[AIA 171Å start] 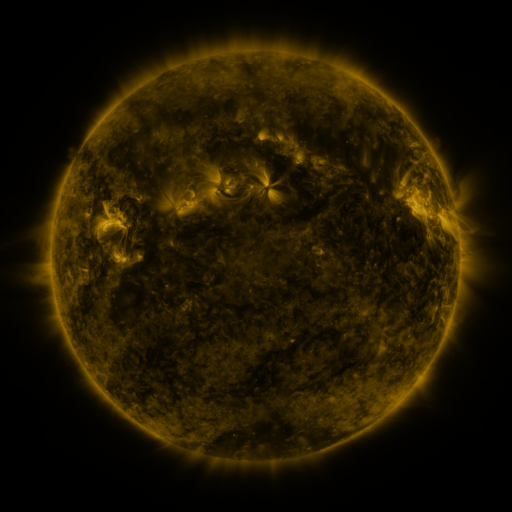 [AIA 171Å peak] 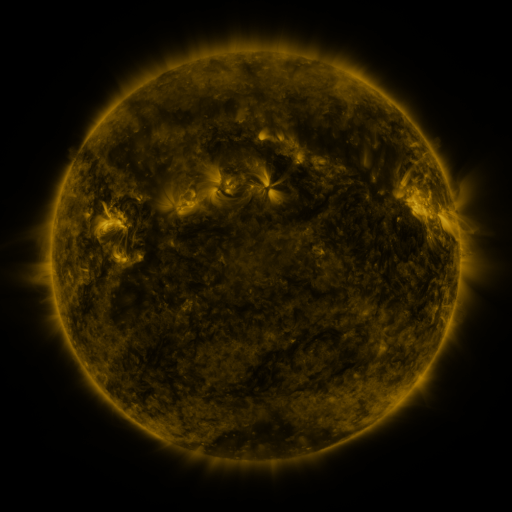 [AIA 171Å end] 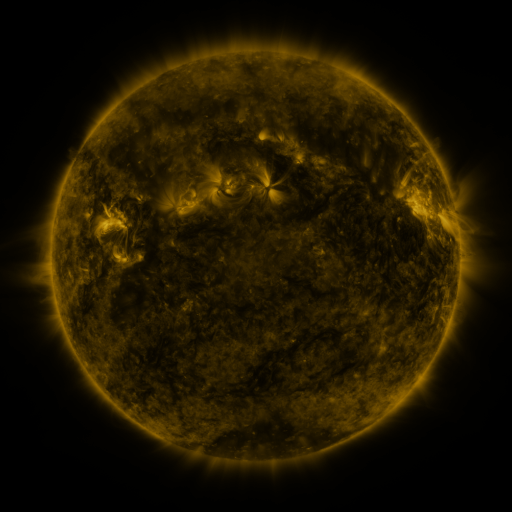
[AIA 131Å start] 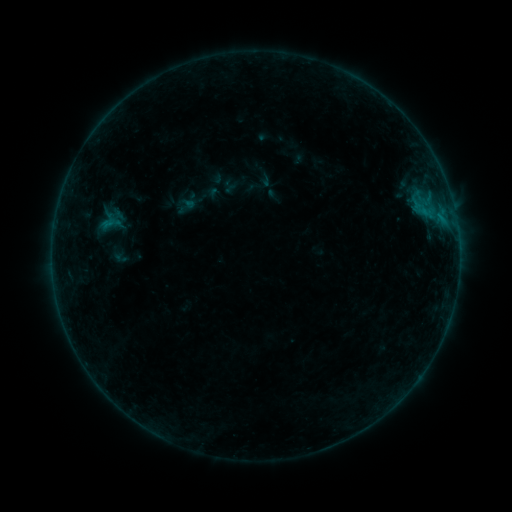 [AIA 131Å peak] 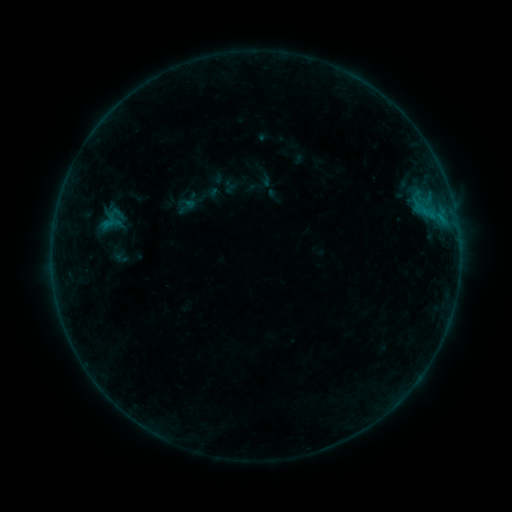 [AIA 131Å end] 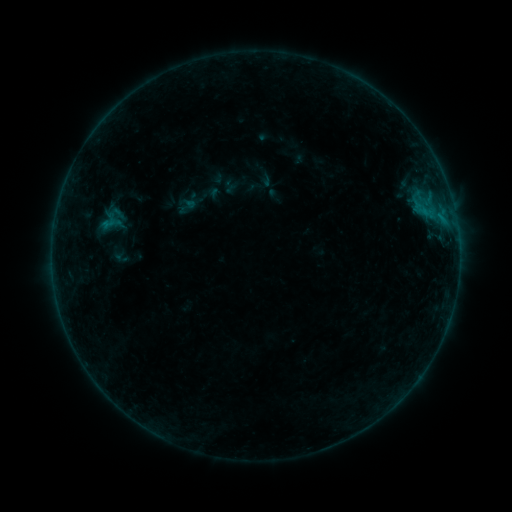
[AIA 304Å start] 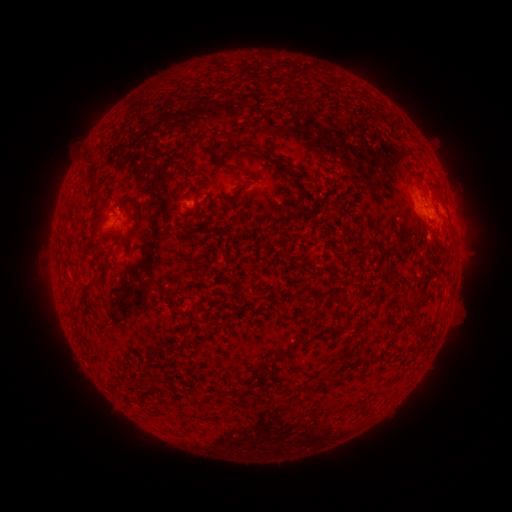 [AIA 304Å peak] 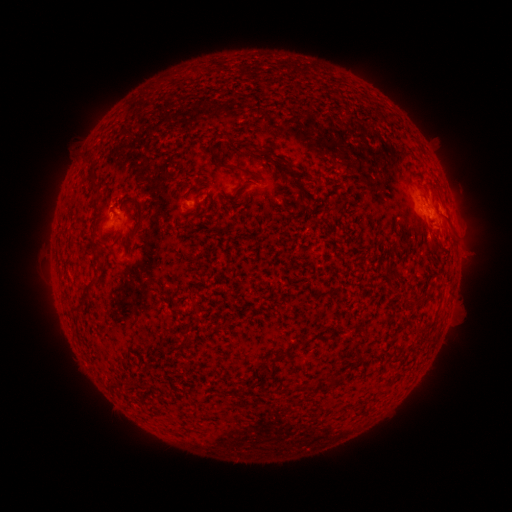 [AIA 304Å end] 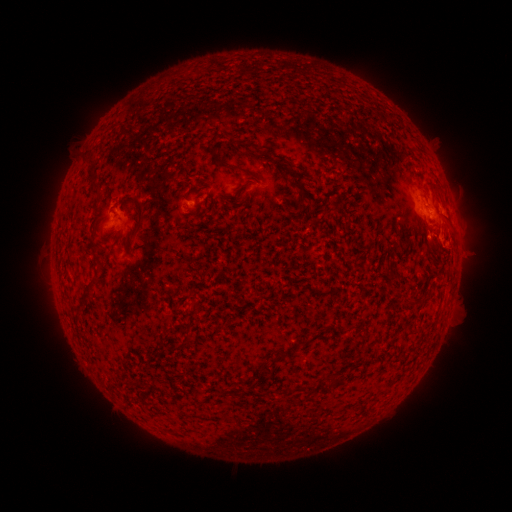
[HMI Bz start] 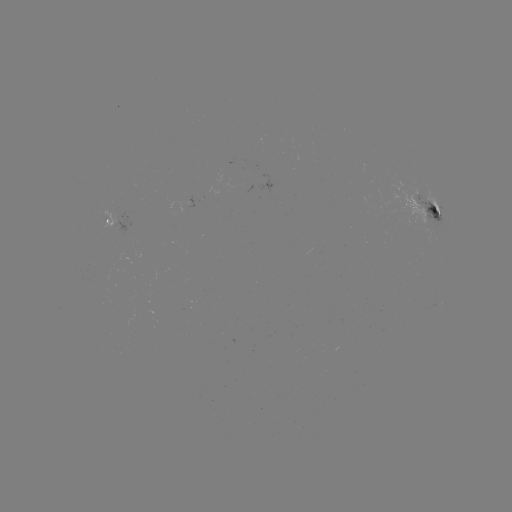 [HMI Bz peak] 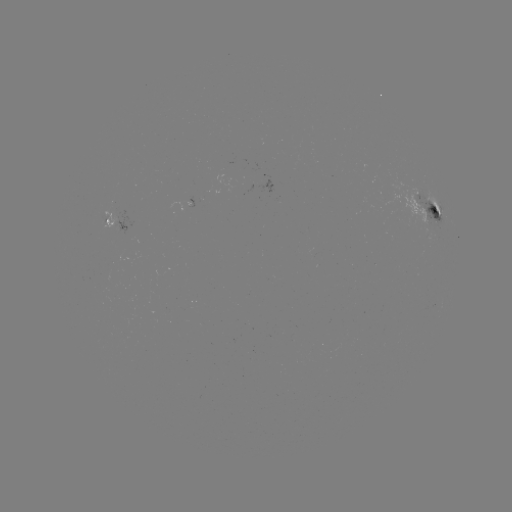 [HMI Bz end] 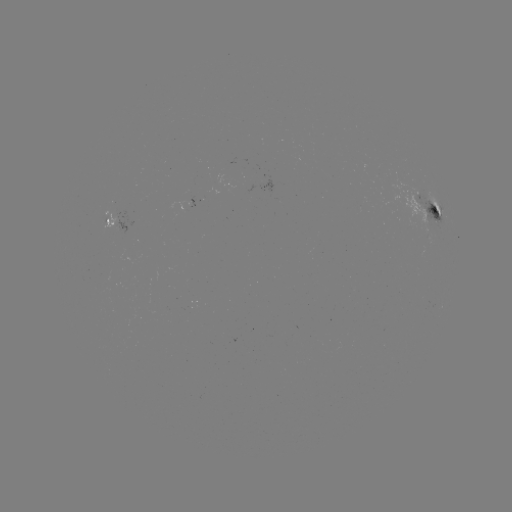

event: flare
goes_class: B4.3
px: (115, 214)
